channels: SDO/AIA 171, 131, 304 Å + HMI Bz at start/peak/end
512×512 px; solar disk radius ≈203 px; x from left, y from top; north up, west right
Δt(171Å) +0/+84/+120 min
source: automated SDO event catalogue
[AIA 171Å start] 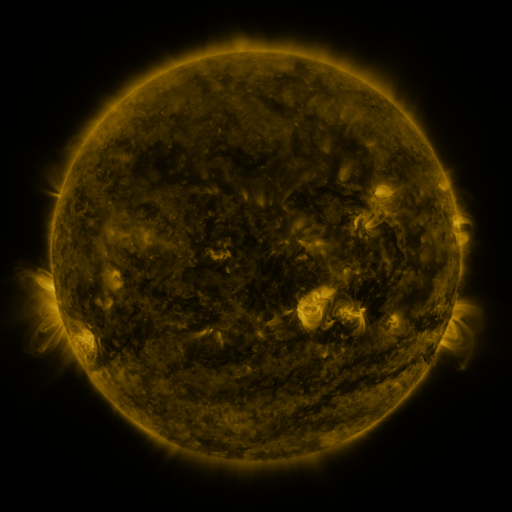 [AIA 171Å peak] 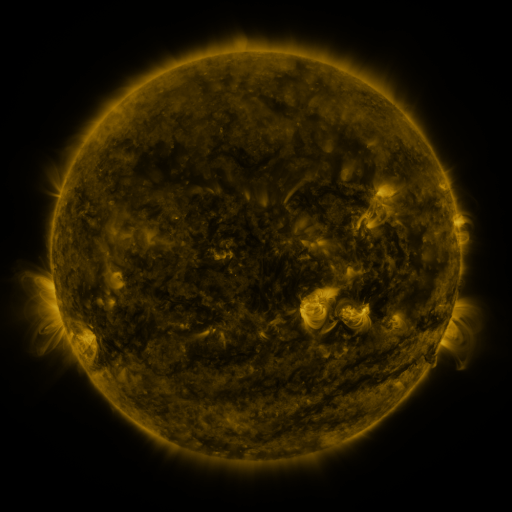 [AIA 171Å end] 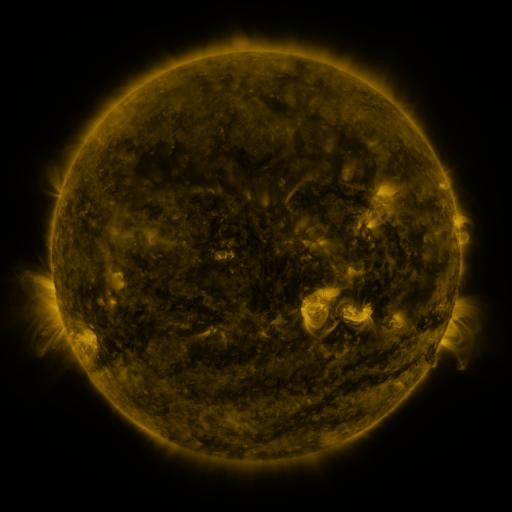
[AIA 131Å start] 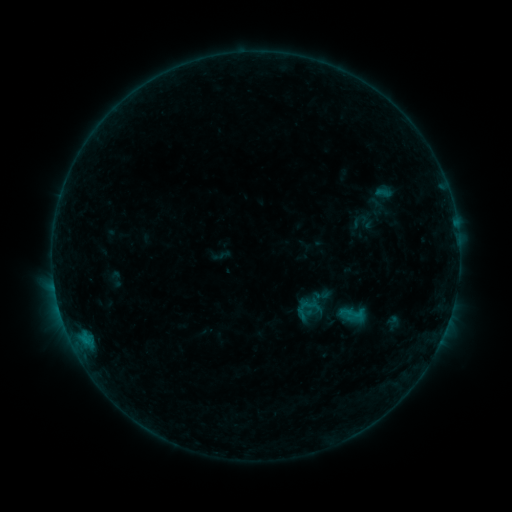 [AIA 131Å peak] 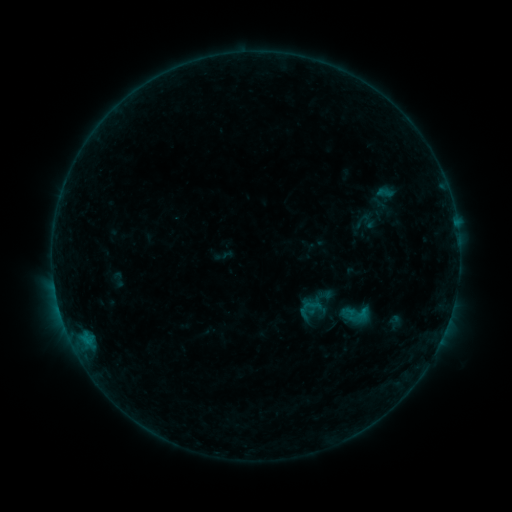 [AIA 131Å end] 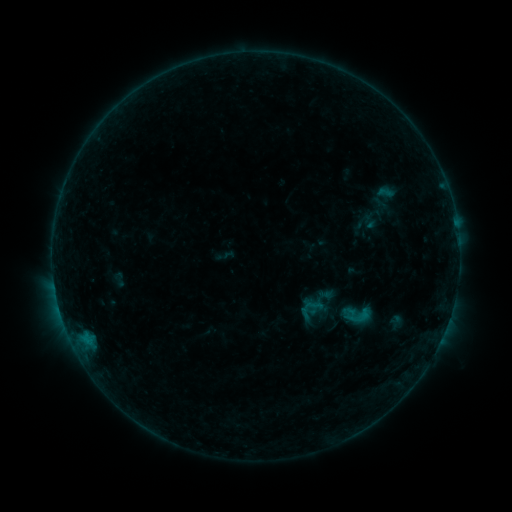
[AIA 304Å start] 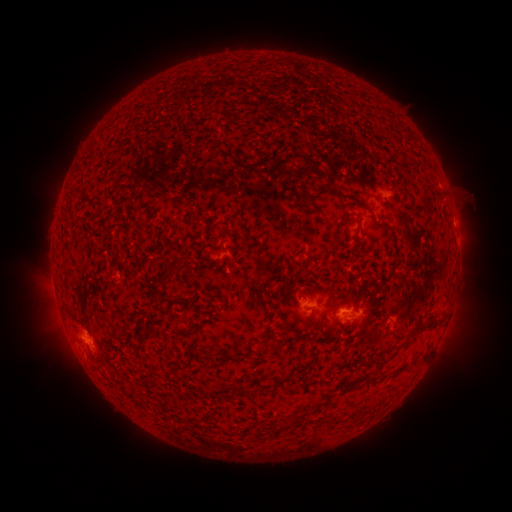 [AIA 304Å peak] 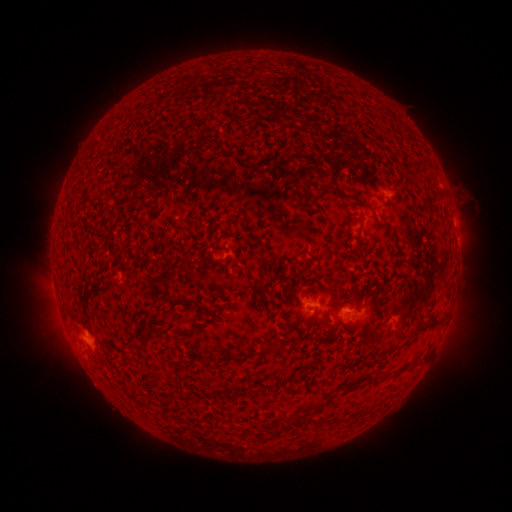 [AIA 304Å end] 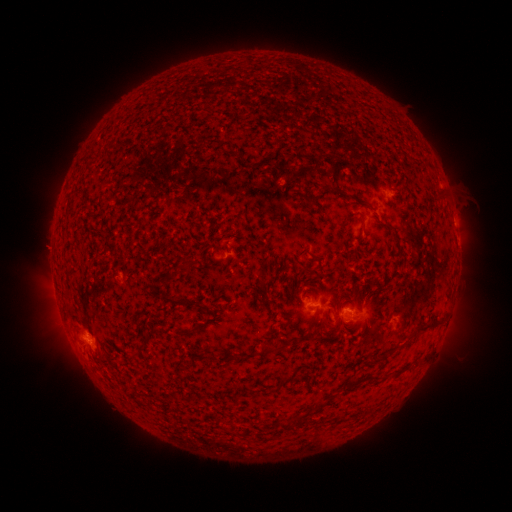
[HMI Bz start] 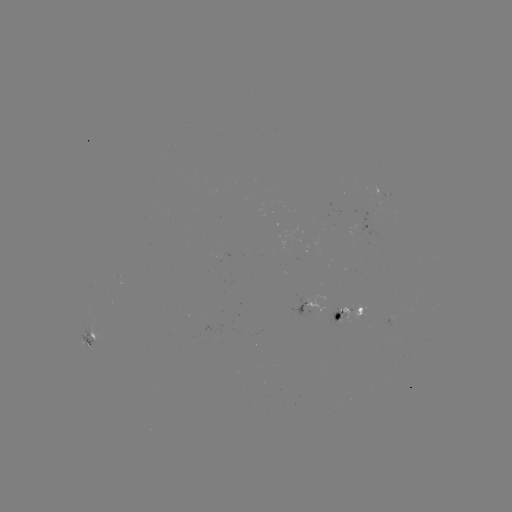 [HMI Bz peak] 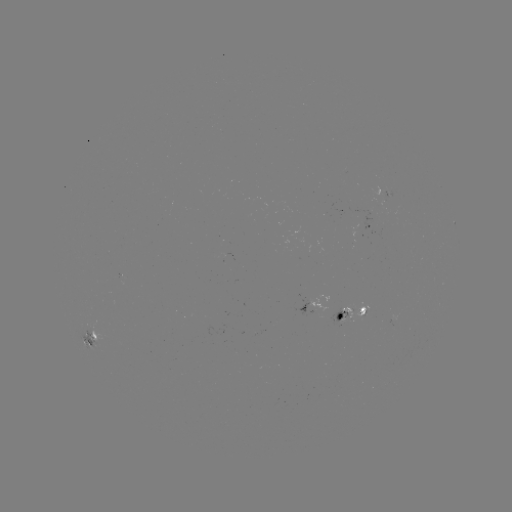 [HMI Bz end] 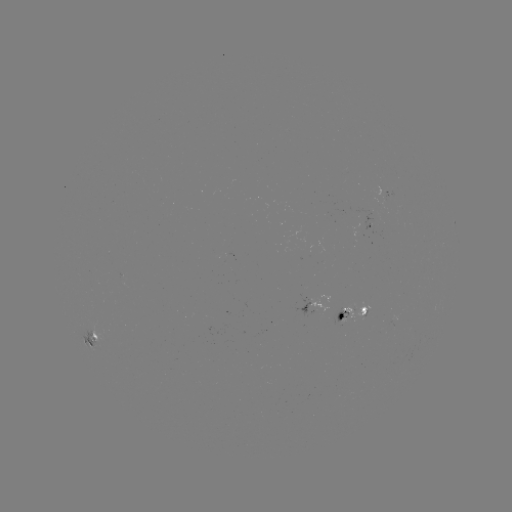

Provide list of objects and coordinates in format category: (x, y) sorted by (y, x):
emerging-flux region: (385, 199)
